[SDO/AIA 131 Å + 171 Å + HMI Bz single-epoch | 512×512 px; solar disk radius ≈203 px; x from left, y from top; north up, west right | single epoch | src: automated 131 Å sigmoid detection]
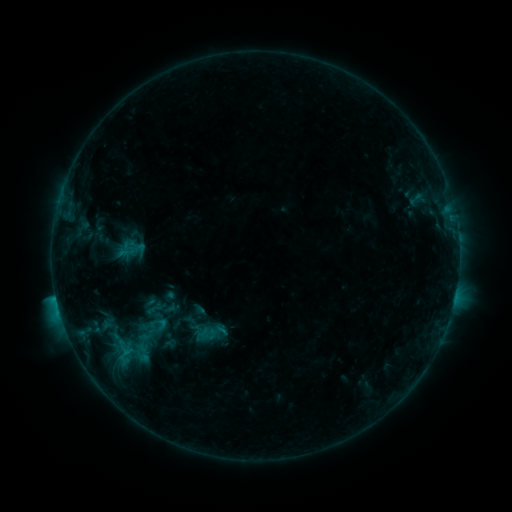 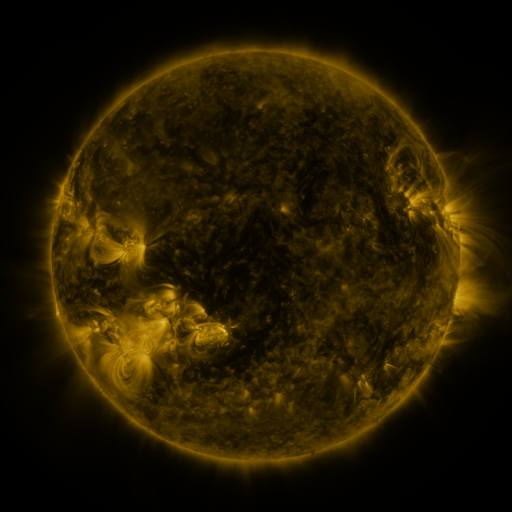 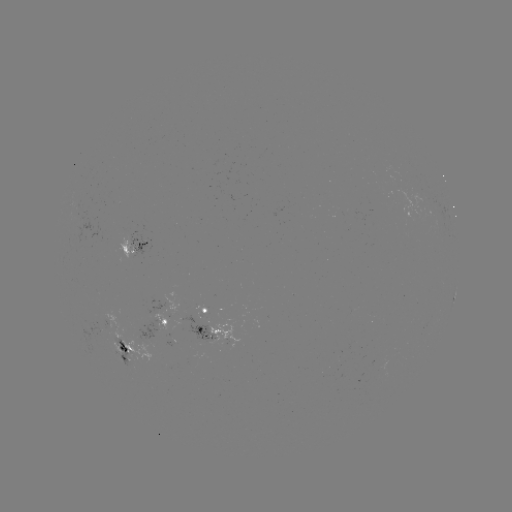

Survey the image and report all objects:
sigmoid: (158, 327)
